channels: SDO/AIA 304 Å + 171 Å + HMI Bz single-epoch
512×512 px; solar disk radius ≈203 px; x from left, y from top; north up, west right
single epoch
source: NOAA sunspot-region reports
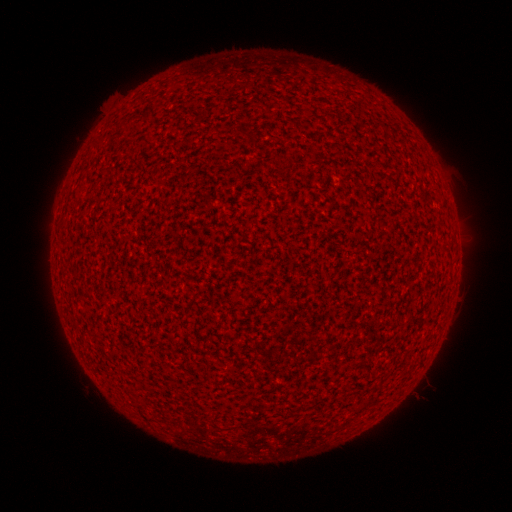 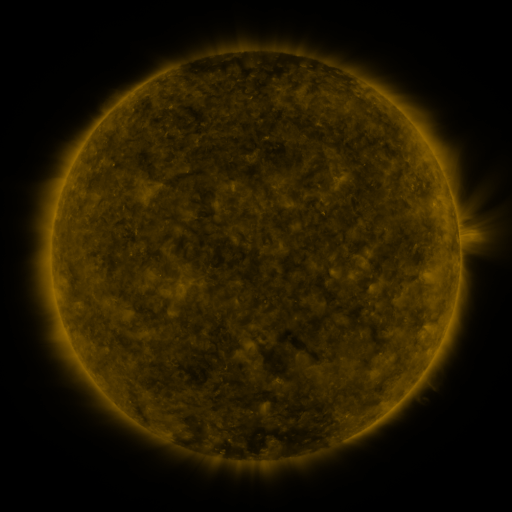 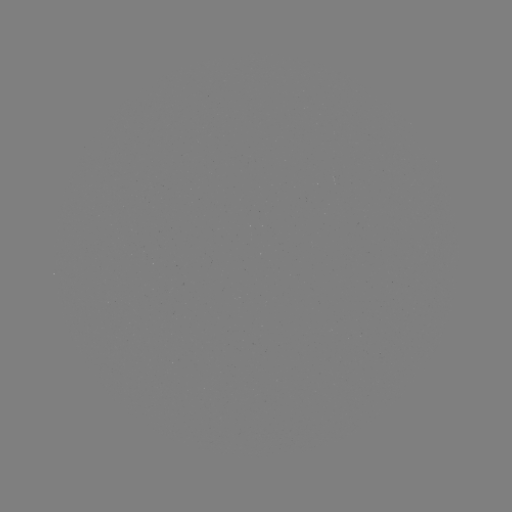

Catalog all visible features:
(none)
